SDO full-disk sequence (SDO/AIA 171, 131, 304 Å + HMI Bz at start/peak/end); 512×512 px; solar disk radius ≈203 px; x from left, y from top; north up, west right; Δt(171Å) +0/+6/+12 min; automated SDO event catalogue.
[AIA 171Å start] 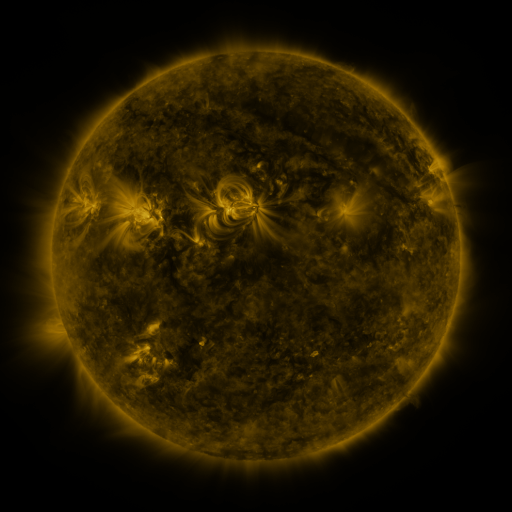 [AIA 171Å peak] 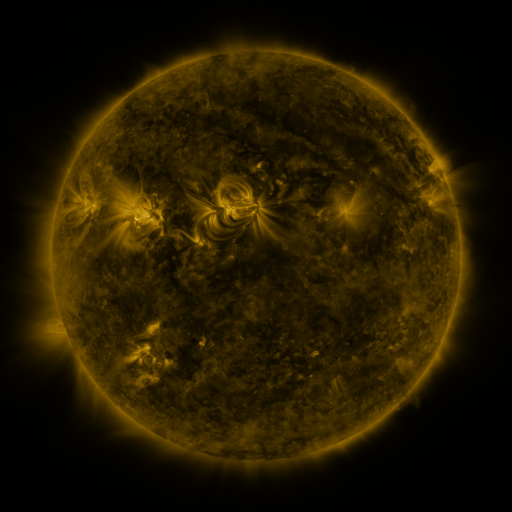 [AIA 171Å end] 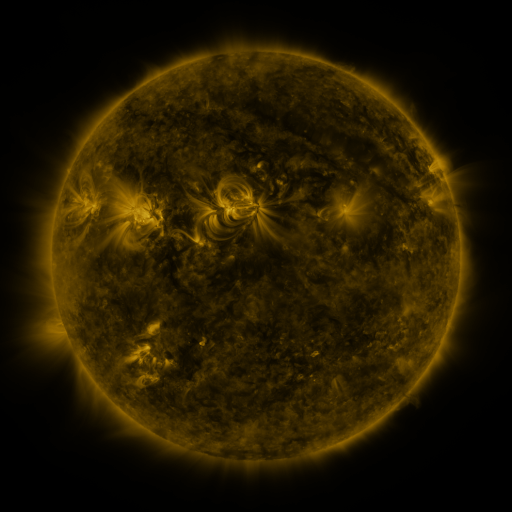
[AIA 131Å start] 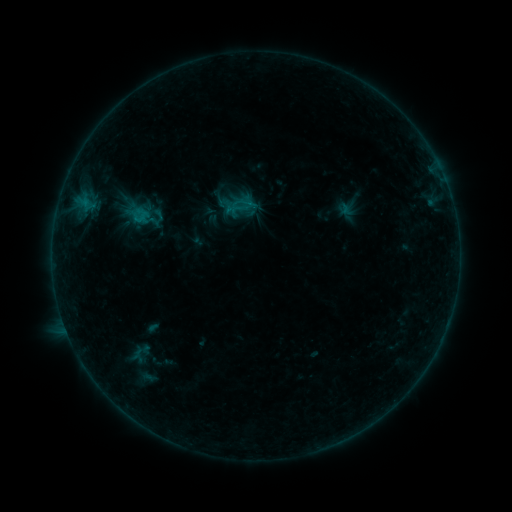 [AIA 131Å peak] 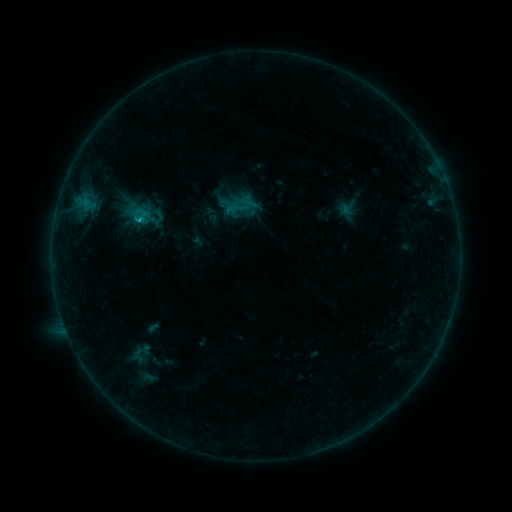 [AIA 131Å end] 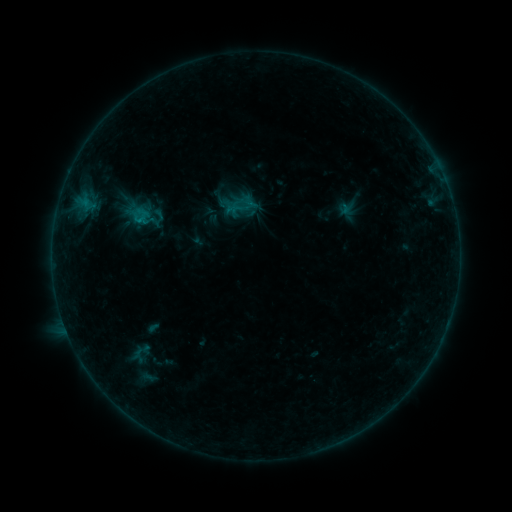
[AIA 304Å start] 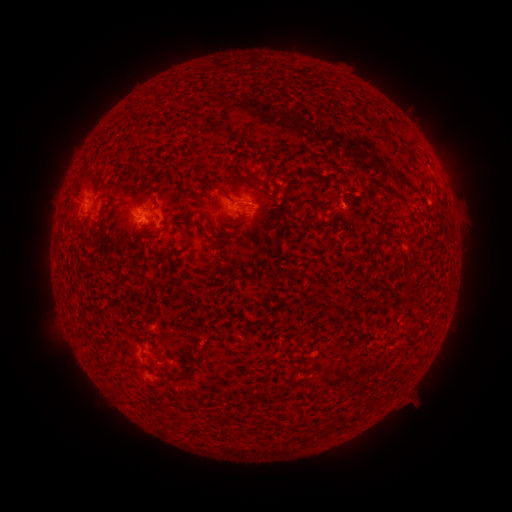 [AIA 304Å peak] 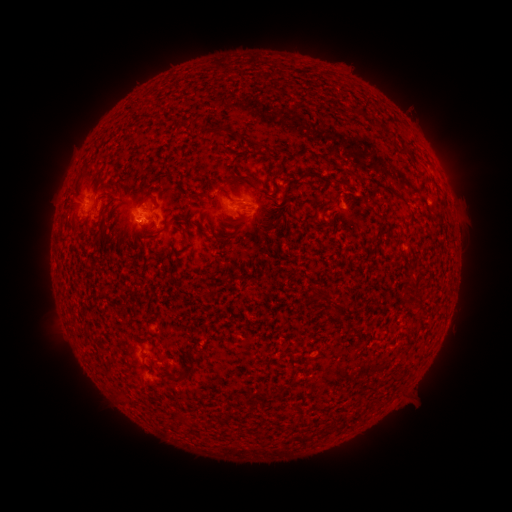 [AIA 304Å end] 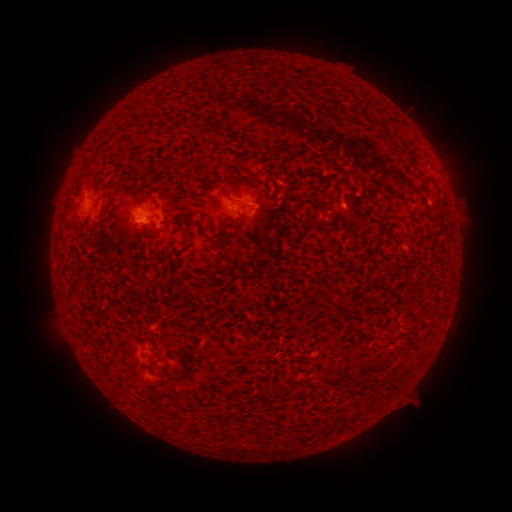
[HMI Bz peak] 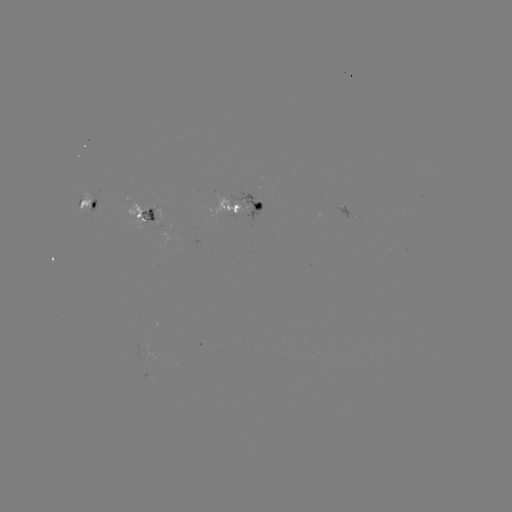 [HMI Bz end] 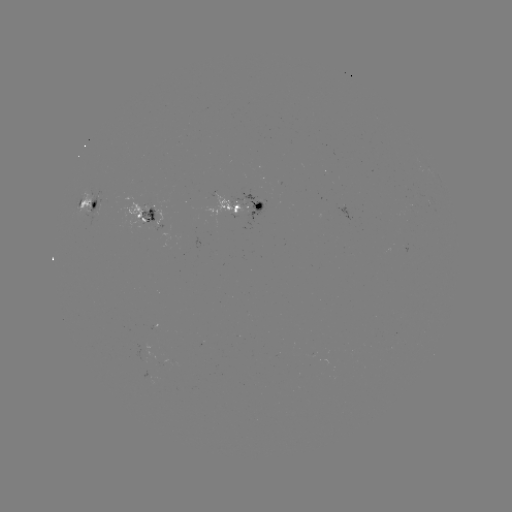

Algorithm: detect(B5.3 flare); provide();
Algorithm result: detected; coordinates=(140, 219)